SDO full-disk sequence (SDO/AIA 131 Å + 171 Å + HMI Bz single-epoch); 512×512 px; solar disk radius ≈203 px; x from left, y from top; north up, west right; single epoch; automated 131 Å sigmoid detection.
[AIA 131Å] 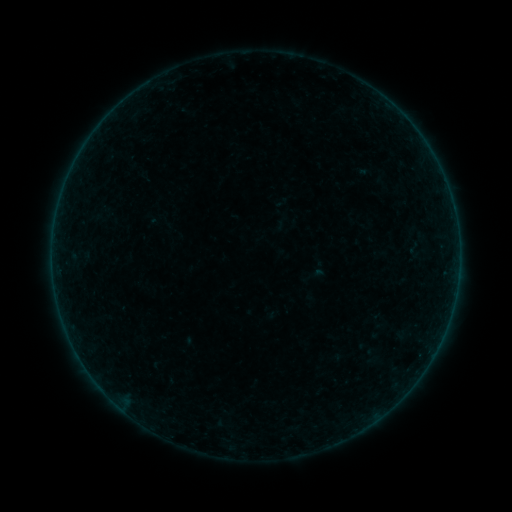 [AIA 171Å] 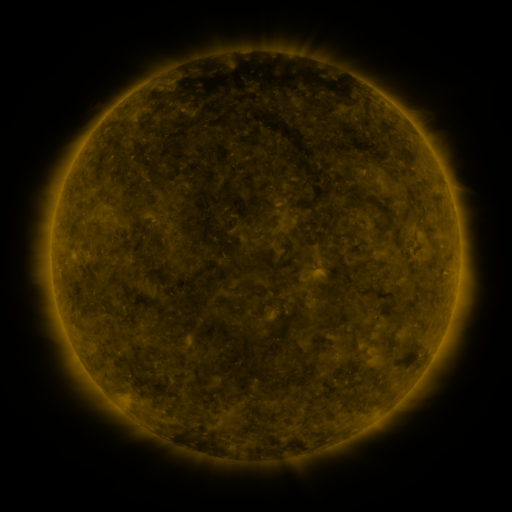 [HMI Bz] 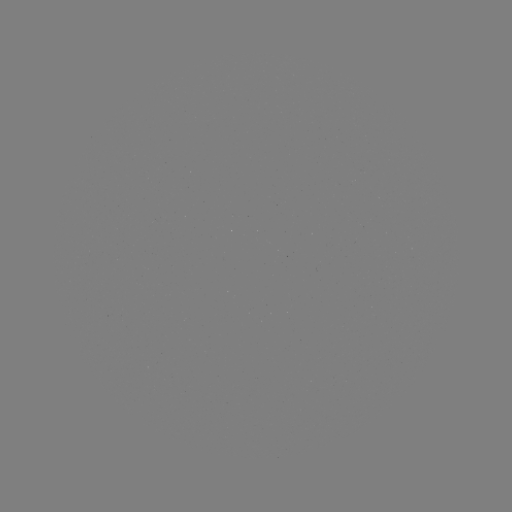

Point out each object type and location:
sigmoid: (415, 249)
